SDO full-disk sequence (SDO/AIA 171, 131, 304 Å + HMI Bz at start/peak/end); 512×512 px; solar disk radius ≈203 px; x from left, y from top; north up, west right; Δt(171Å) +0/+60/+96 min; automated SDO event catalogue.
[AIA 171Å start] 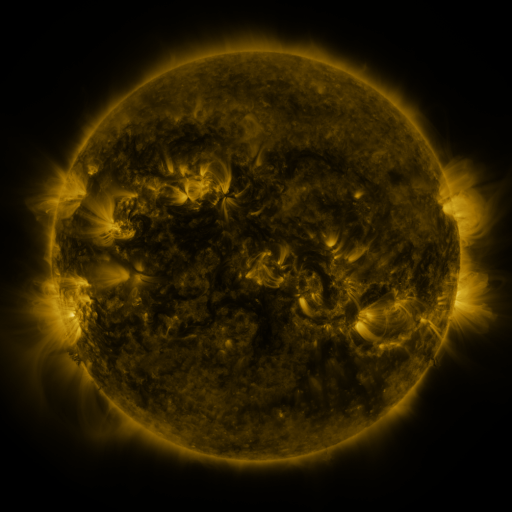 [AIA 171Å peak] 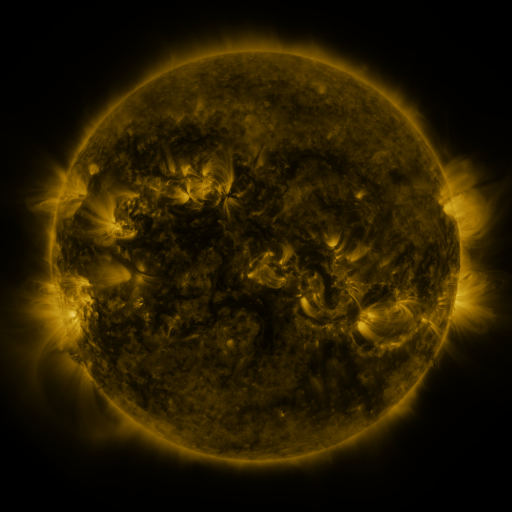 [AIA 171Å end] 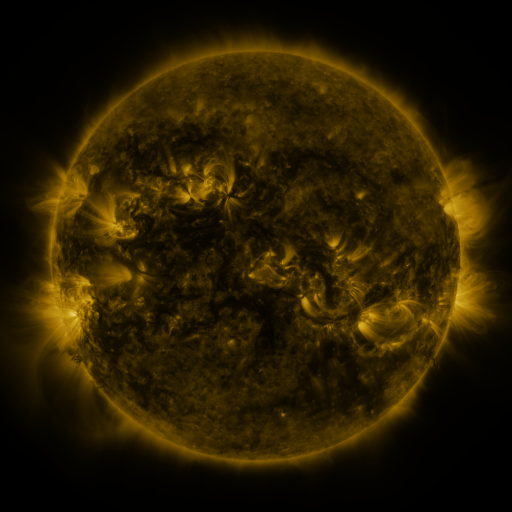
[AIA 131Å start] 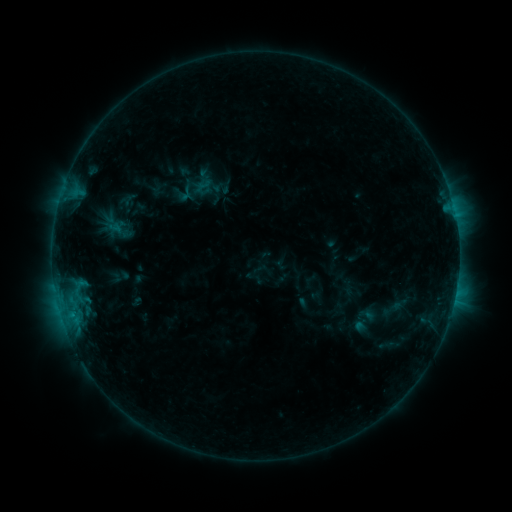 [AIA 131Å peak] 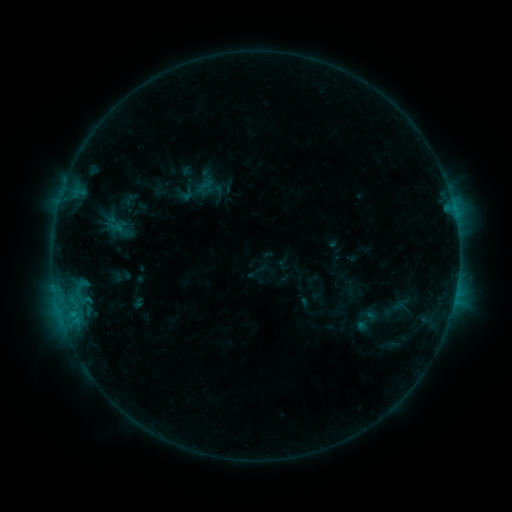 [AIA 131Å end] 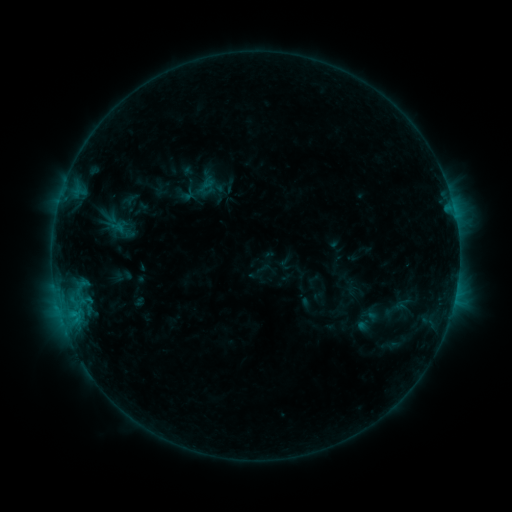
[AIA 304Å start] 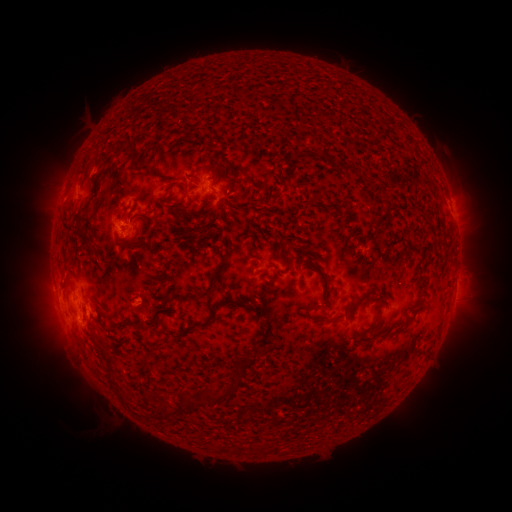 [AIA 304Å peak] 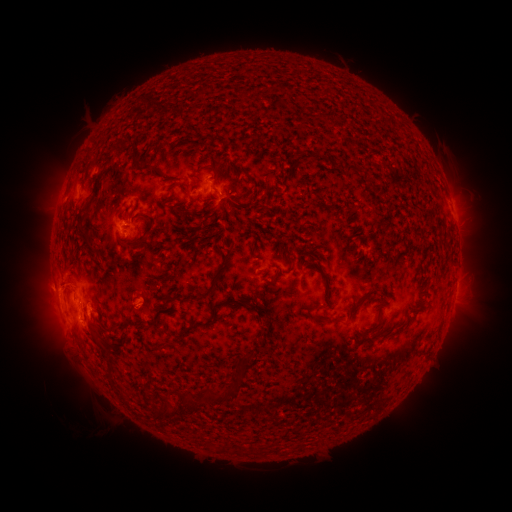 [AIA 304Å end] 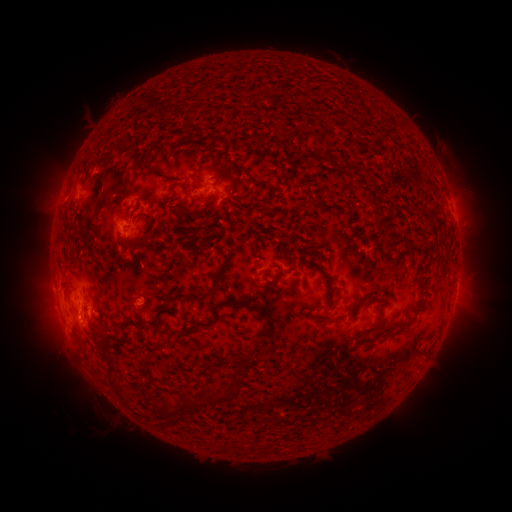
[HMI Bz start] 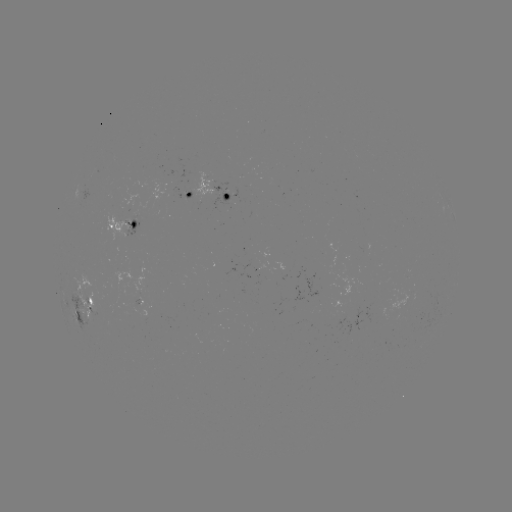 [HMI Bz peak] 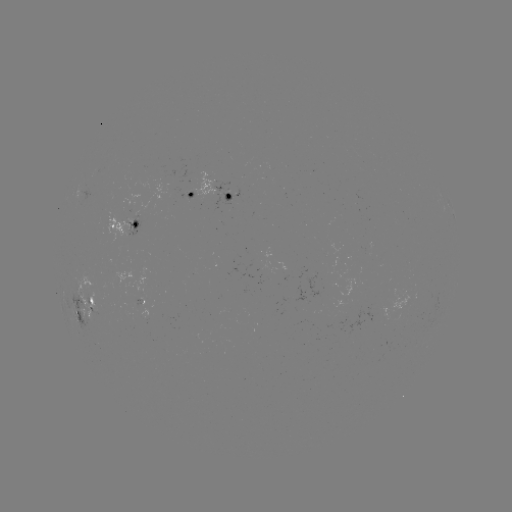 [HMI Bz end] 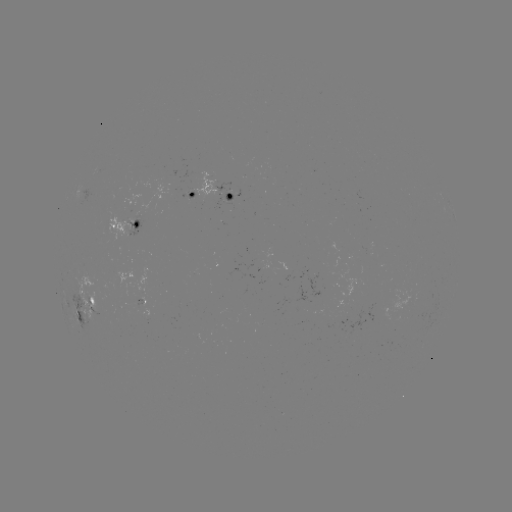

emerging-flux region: <bbox>109, 266, 150, 304</bbox>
